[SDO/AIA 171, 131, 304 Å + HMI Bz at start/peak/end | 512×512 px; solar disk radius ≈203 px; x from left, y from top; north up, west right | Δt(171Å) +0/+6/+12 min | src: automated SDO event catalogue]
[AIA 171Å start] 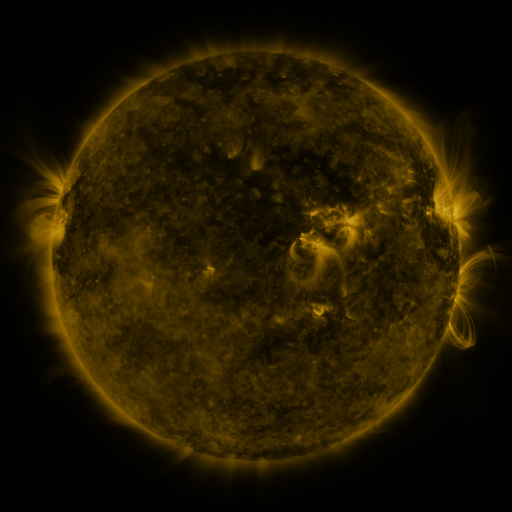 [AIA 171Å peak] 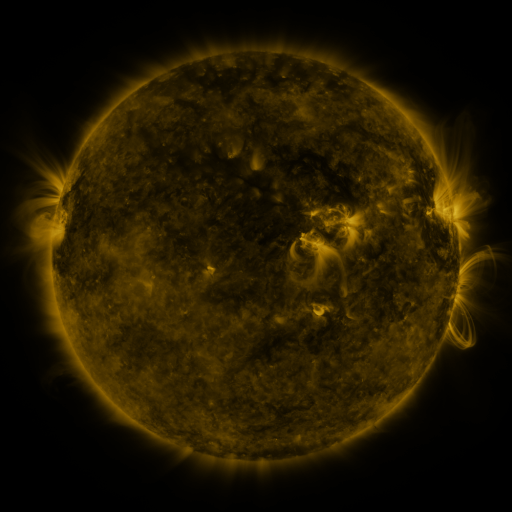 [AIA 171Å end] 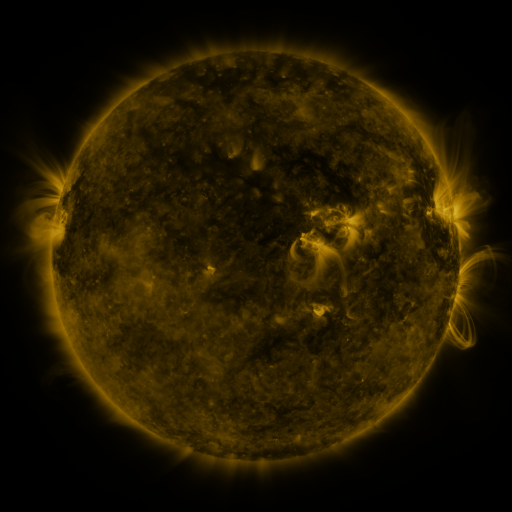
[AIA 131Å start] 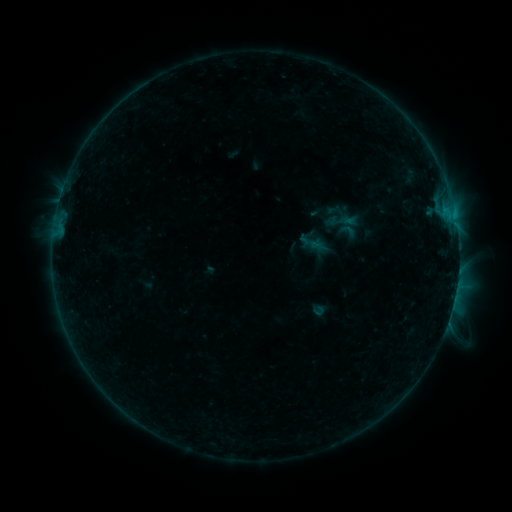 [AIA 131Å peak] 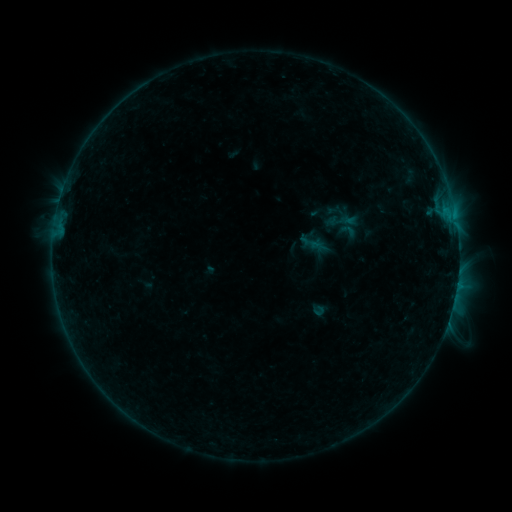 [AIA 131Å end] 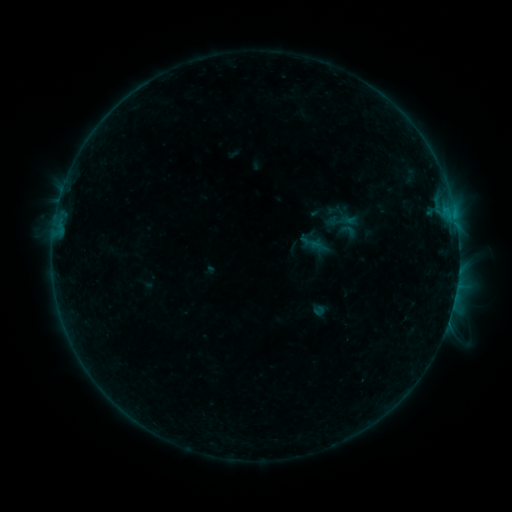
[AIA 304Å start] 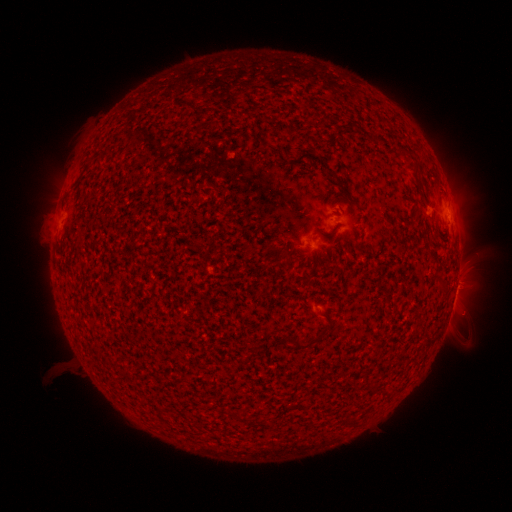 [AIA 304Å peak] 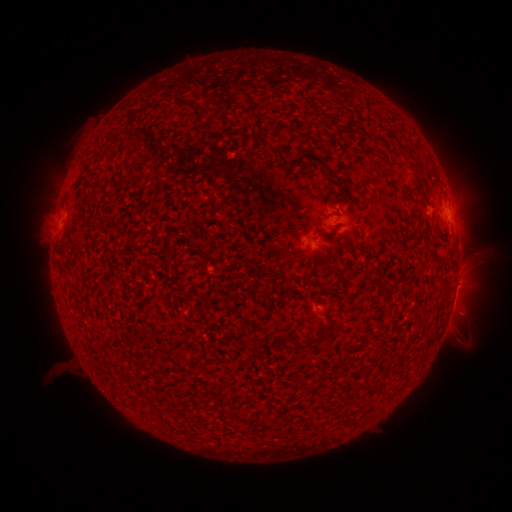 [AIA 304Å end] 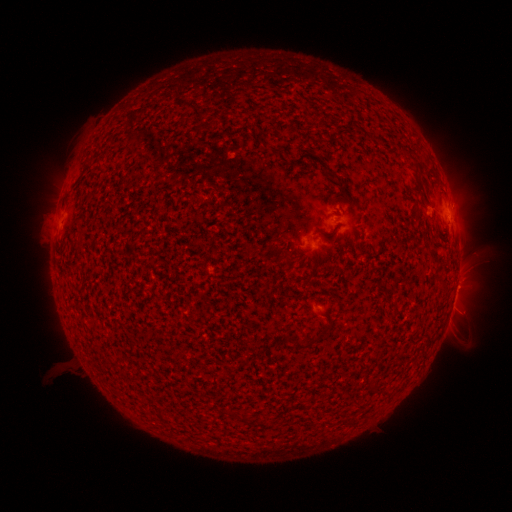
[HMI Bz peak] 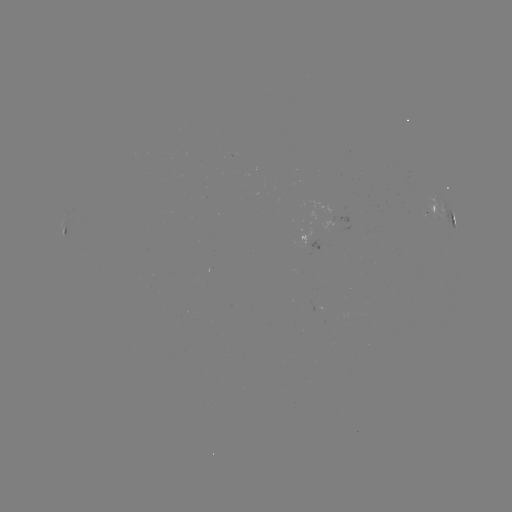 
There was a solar flare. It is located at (457, 284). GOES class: C1.6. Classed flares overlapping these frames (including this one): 1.